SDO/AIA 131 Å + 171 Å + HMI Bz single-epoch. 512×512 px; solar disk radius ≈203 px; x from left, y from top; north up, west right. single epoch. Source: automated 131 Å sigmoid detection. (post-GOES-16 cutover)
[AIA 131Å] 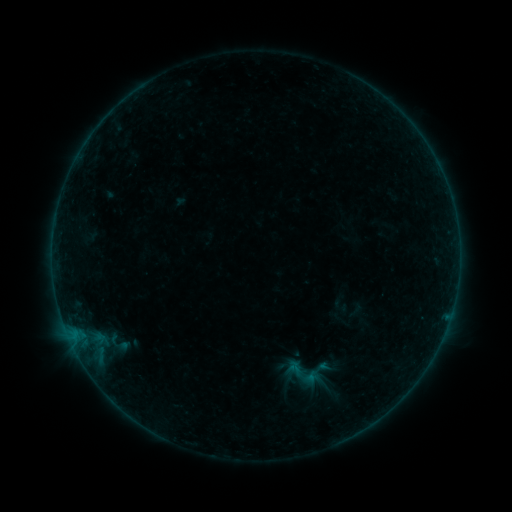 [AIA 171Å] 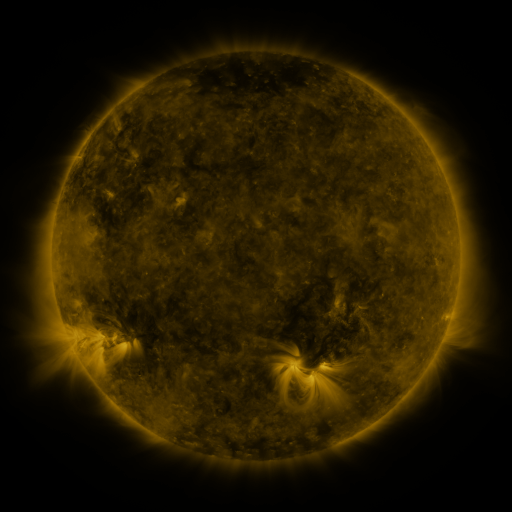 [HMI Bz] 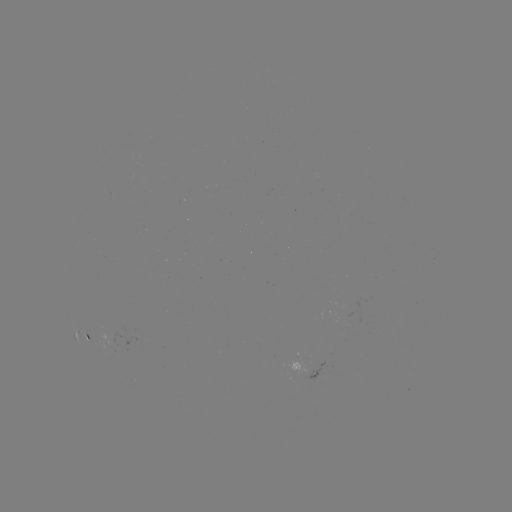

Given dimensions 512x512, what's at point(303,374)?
sigmoid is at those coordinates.